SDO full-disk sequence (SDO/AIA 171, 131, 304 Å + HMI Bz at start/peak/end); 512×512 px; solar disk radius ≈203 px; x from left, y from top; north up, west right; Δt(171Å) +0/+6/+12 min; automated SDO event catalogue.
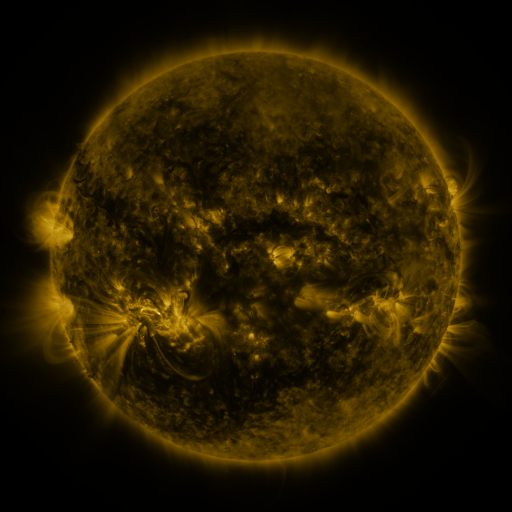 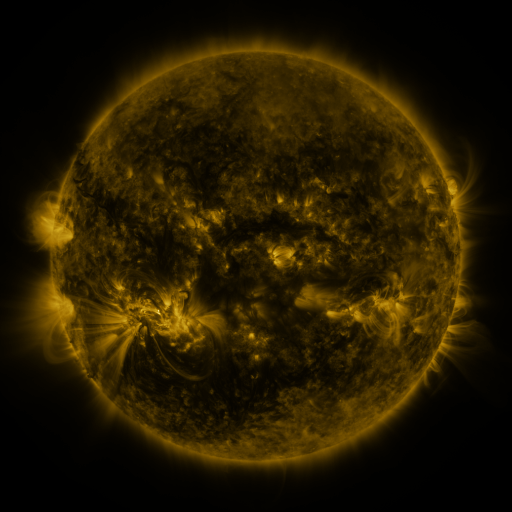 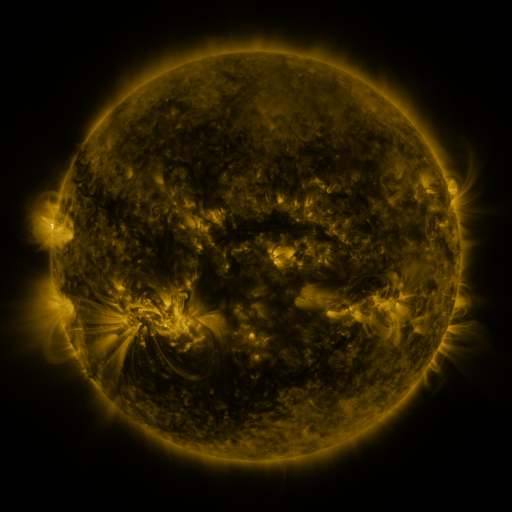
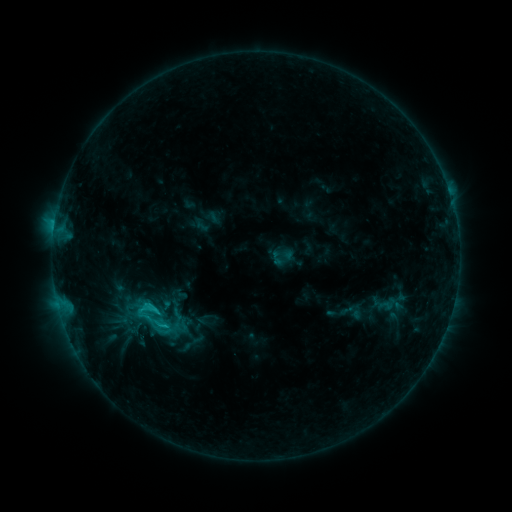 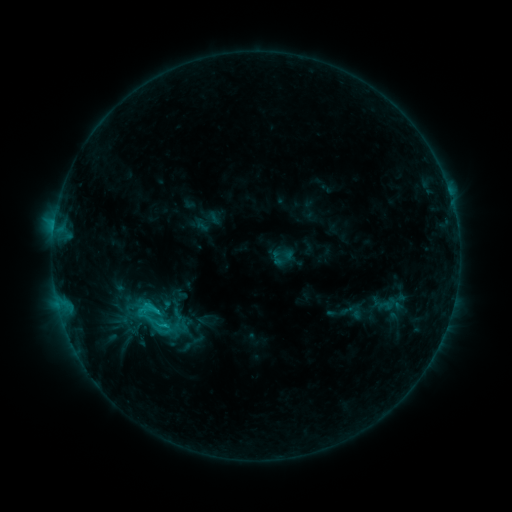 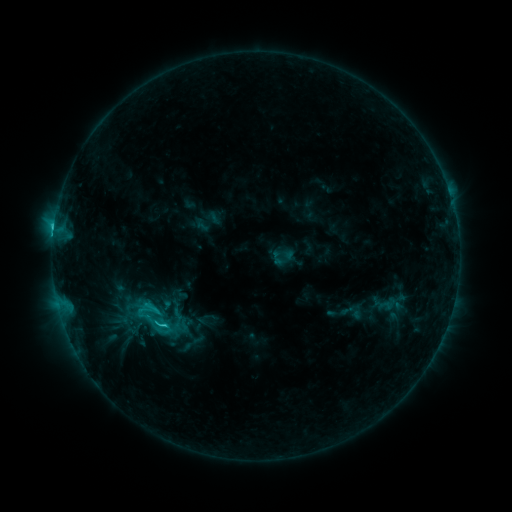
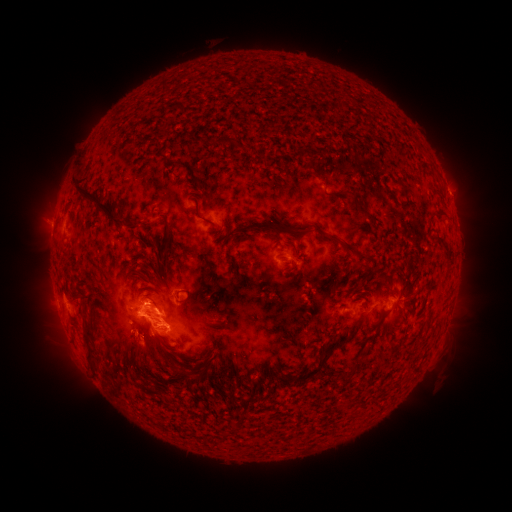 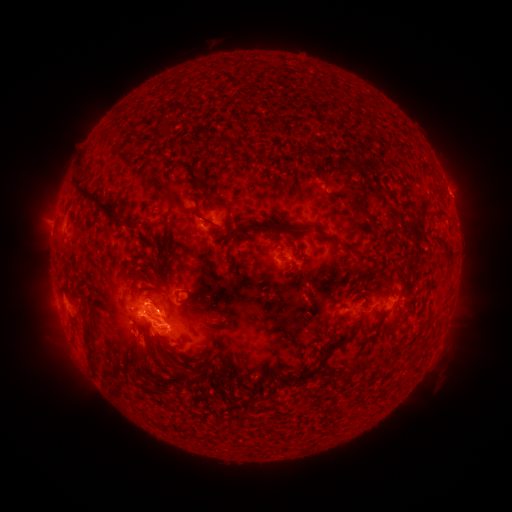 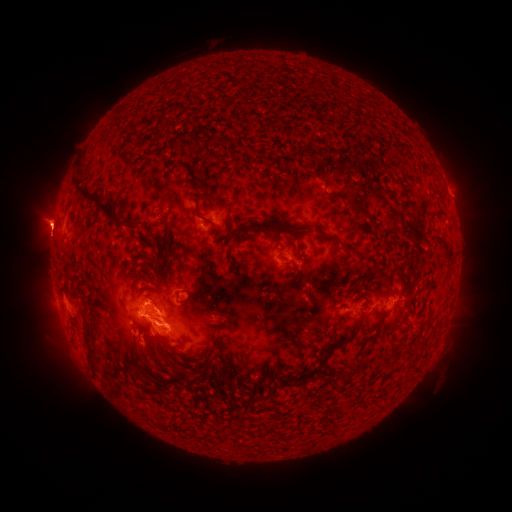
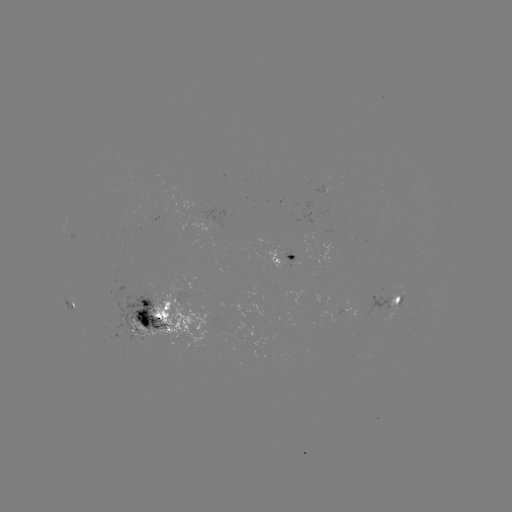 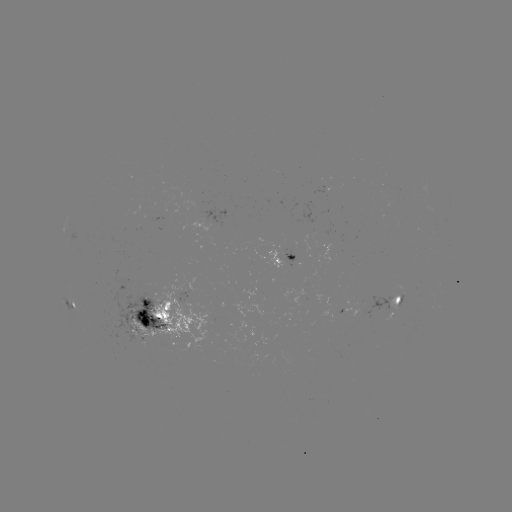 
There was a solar flare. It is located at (166, 321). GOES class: C2.9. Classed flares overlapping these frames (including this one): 1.